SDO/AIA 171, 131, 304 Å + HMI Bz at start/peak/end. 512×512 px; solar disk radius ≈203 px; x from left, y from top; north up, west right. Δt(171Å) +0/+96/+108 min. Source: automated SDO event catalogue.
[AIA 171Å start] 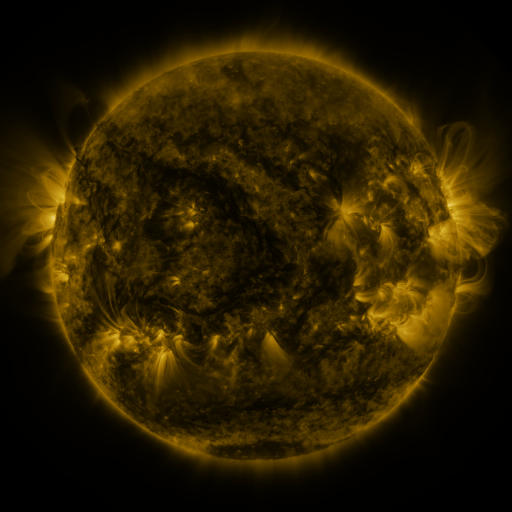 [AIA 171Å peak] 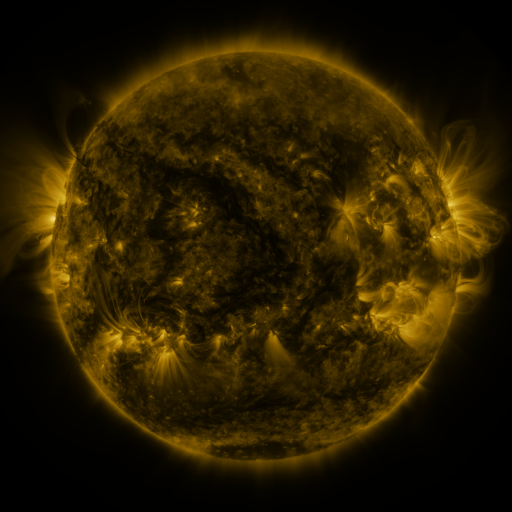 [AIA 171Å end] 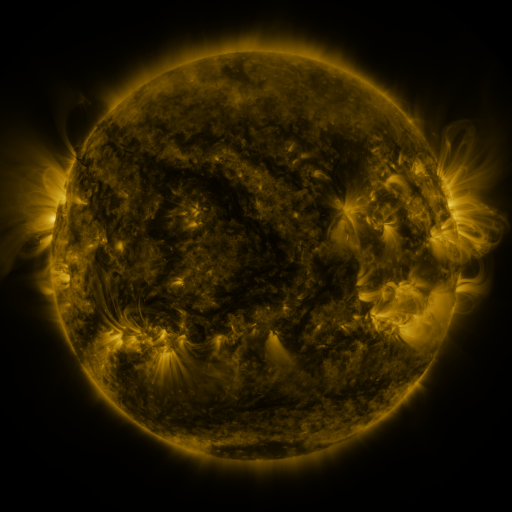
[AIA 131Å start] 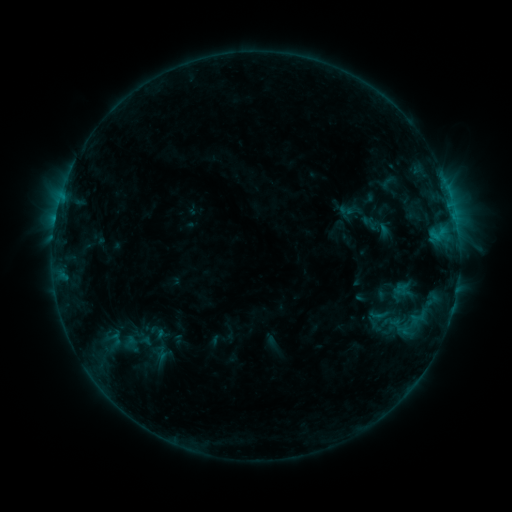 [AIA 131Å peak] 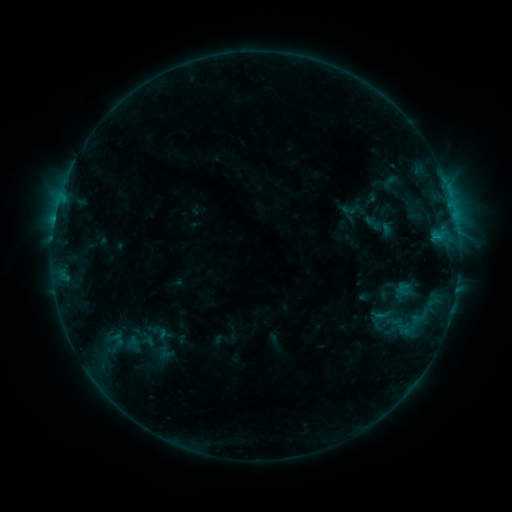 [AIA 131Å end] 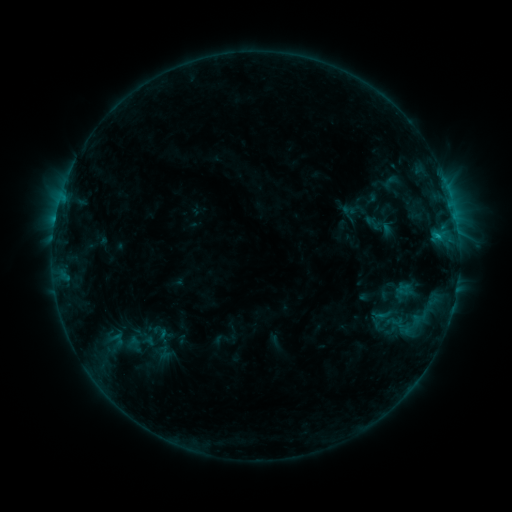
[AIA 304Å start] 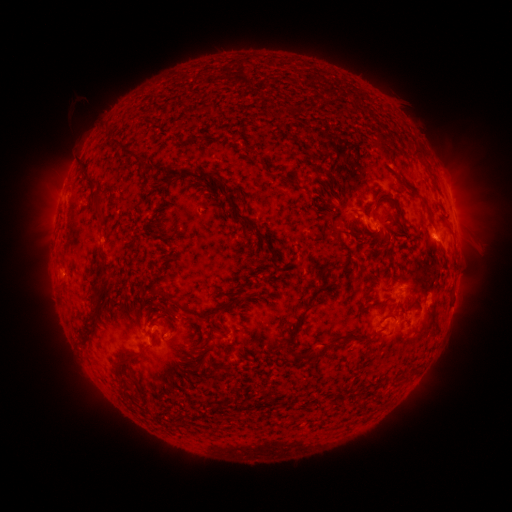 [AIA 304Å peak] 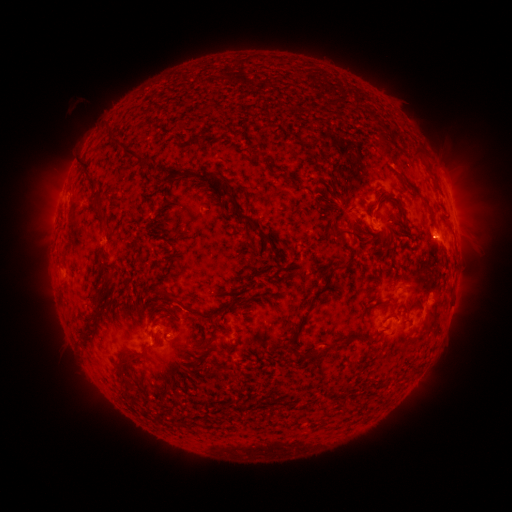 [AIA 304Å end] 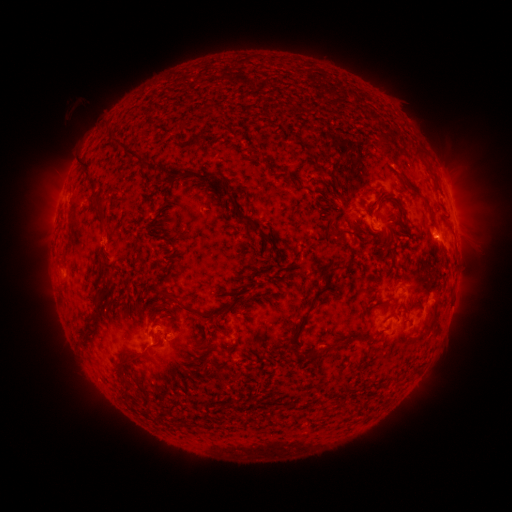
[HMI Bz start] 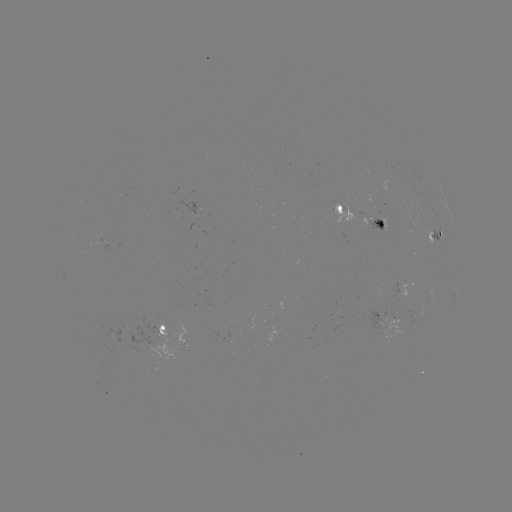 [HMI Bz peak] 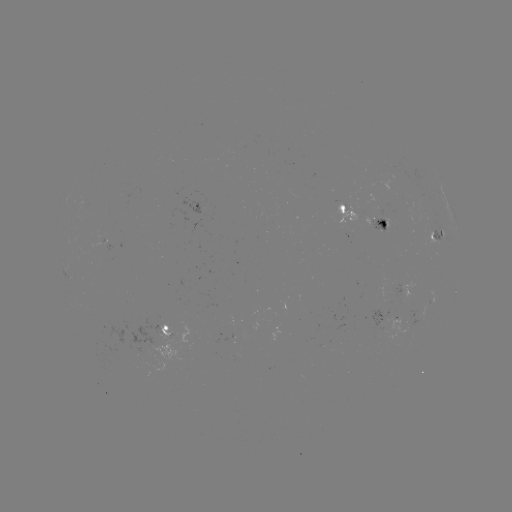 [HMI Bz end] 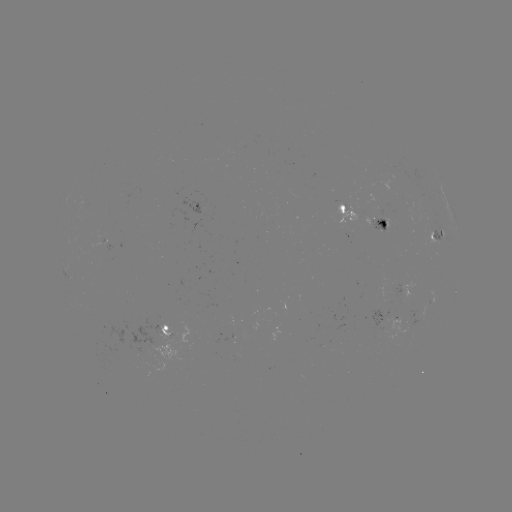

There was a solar emerging-flux region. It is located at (379, 220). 